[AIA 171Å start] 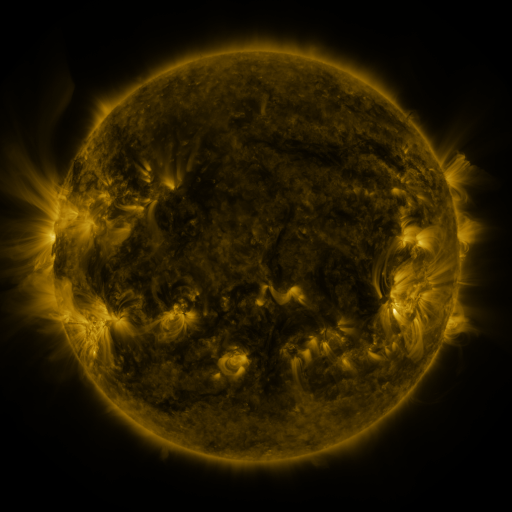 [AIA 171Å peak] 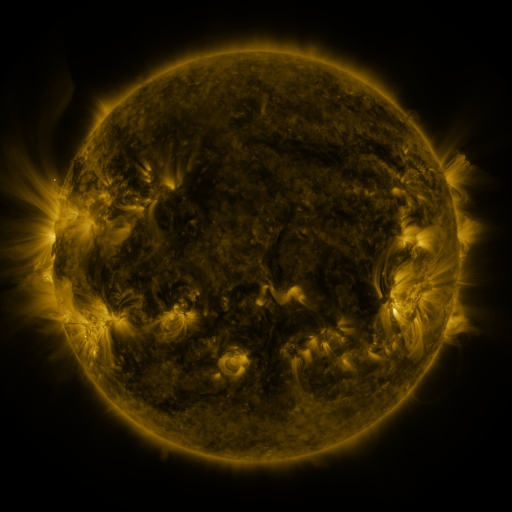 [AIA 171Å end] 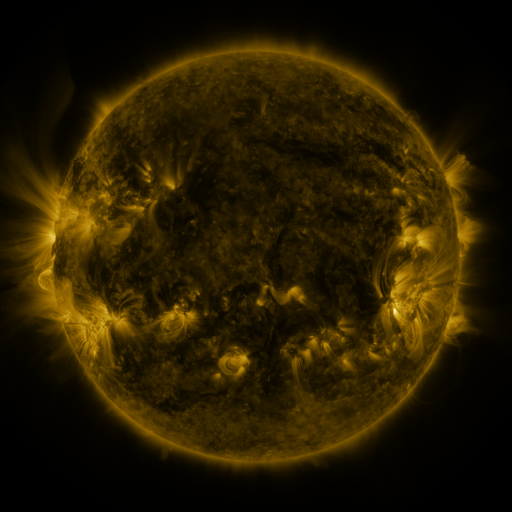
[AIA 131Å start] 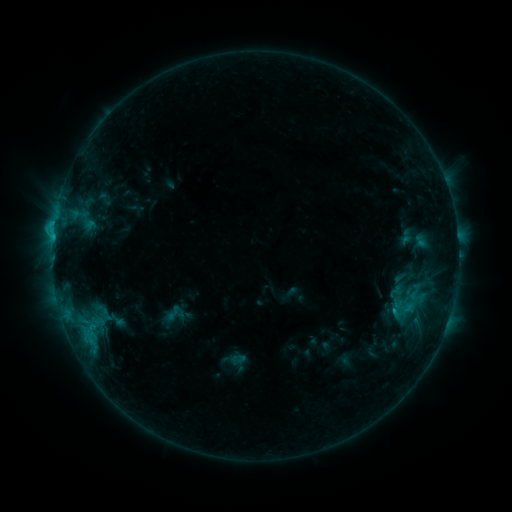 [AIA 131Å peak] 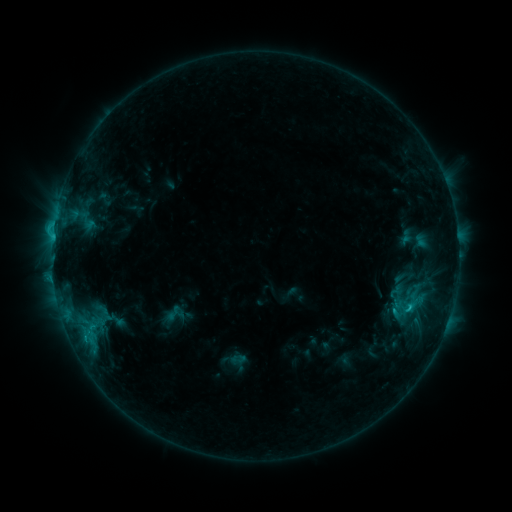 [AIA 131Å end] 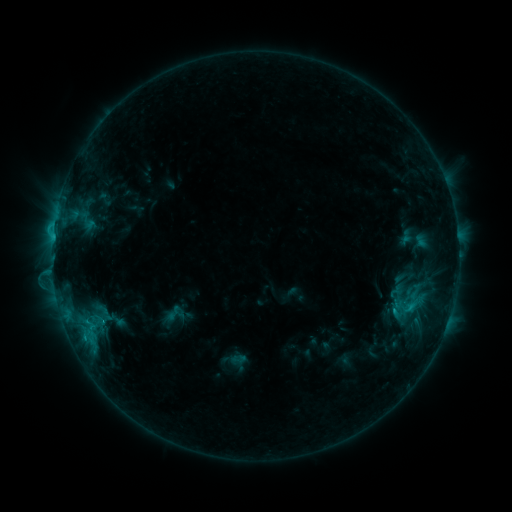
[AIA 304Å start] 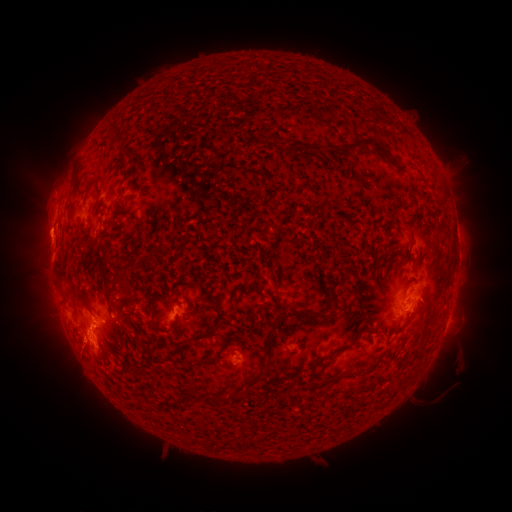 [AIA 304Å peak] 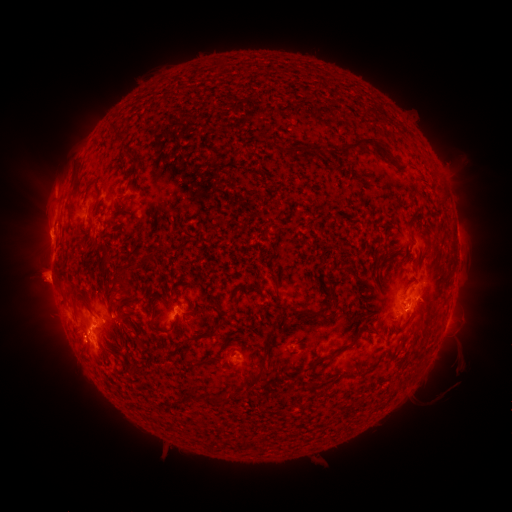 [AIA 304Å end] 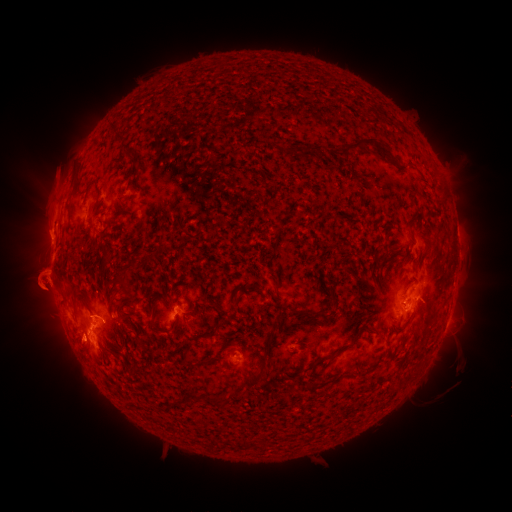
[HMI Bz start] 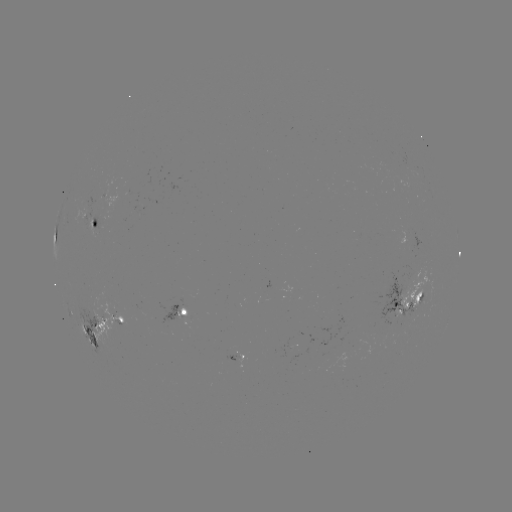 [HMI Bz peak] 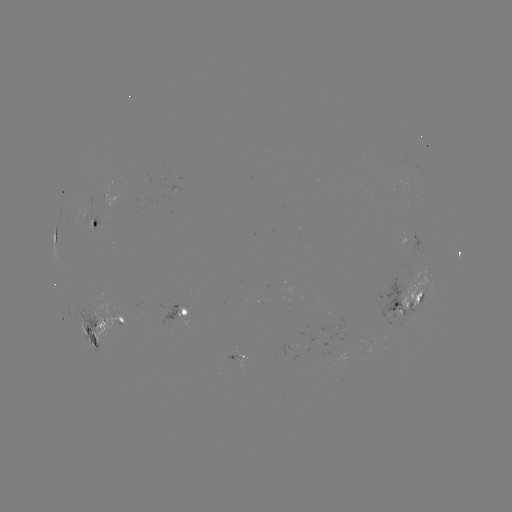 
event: eruption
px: (49, 302)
